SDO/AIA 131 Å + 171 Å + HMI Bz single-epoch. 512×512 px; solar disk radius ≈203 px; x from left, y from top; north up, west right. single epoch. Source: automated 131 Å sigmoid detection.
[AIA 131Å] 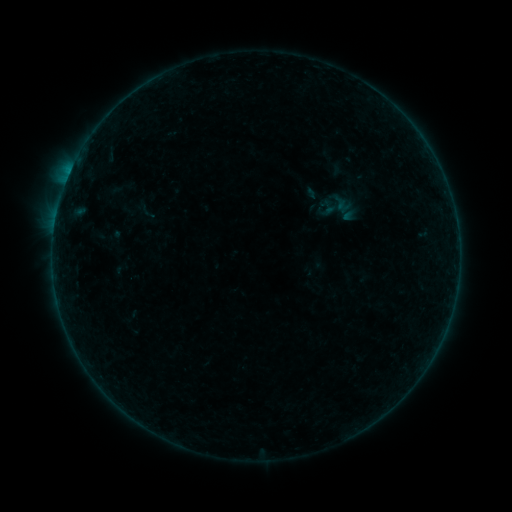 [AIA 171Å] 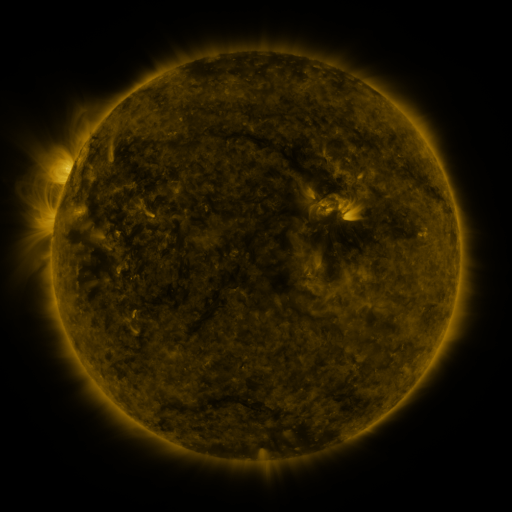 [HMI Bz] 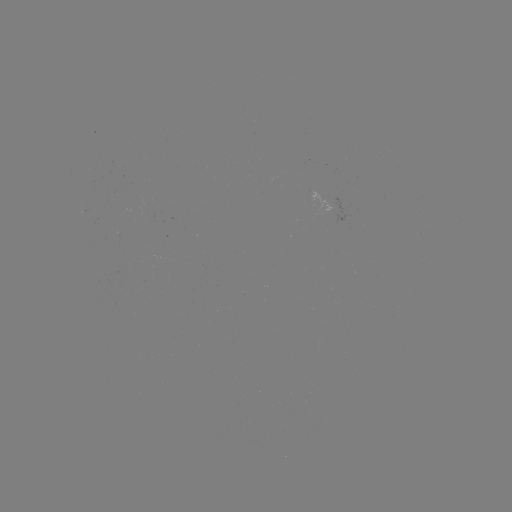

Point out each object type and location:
sigmoid: (328, 208)
